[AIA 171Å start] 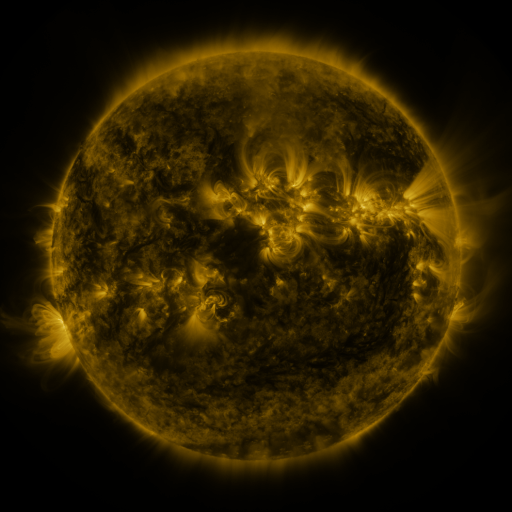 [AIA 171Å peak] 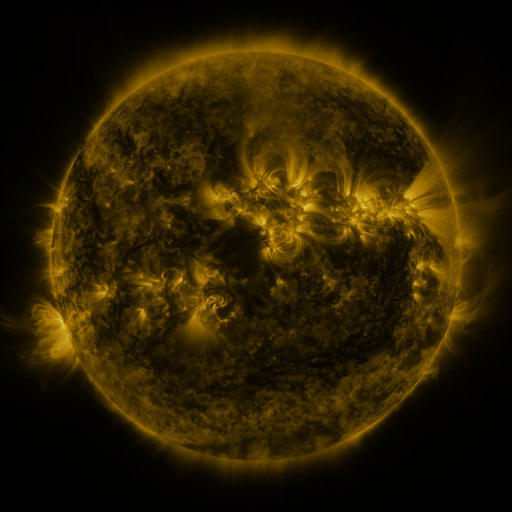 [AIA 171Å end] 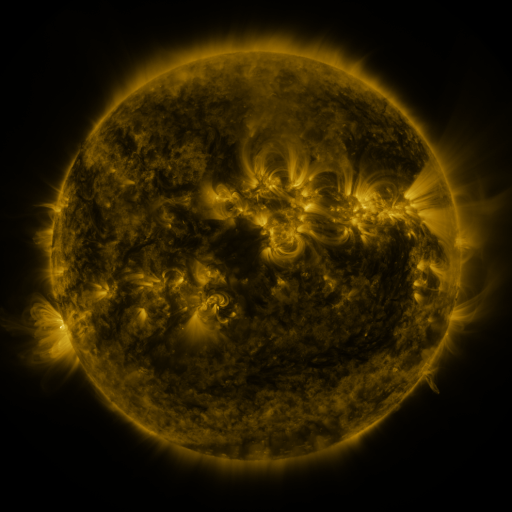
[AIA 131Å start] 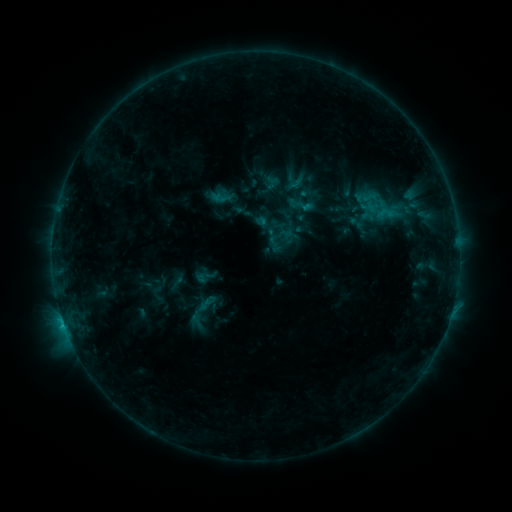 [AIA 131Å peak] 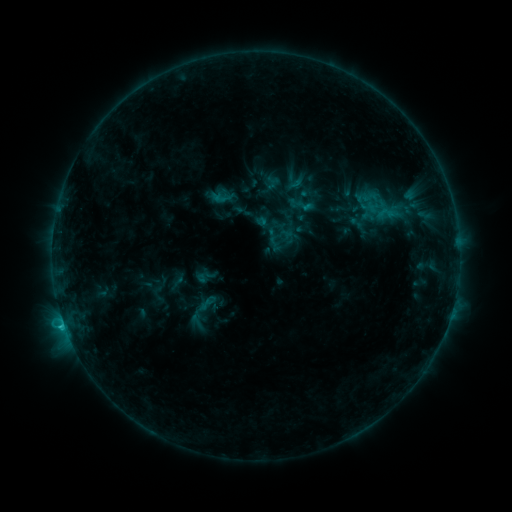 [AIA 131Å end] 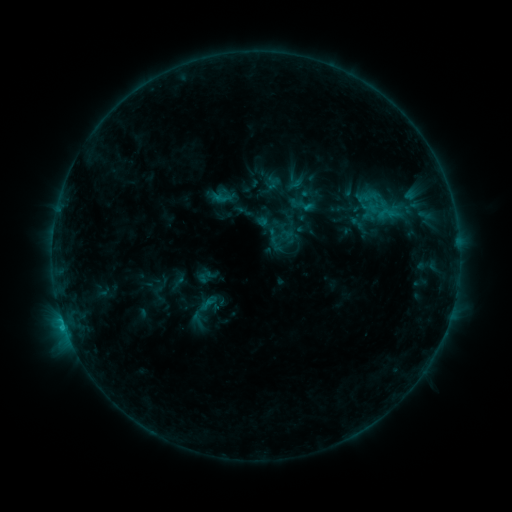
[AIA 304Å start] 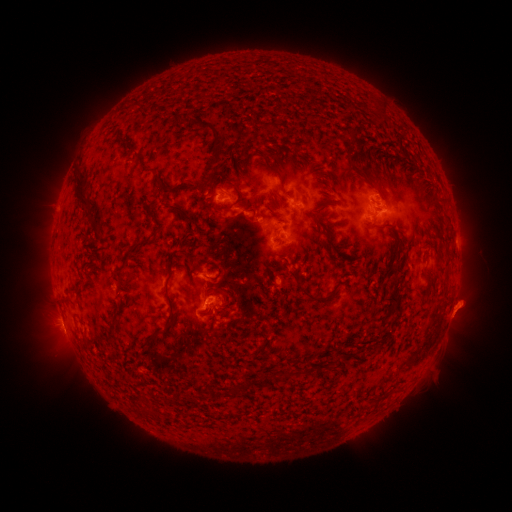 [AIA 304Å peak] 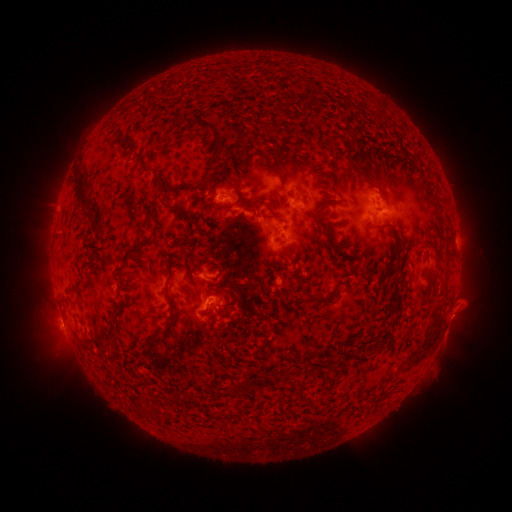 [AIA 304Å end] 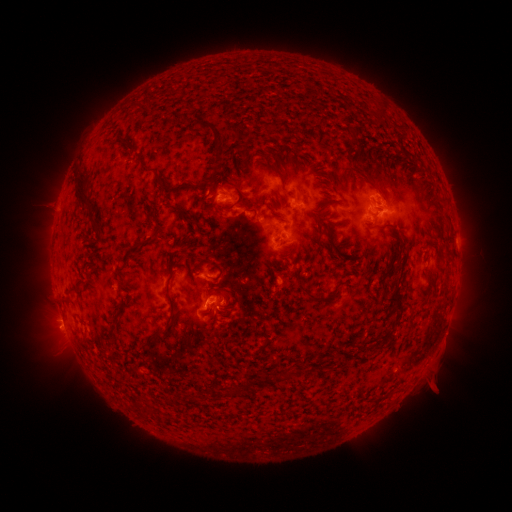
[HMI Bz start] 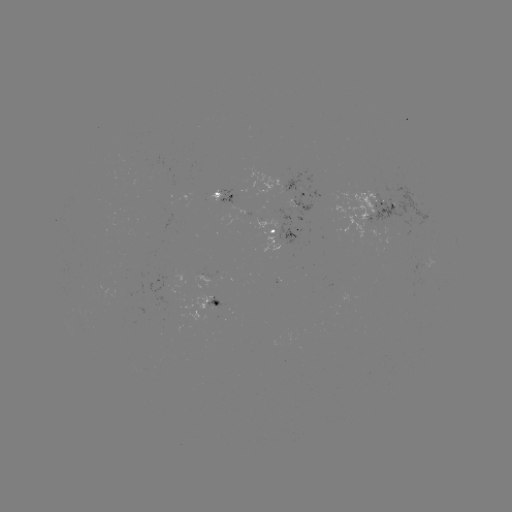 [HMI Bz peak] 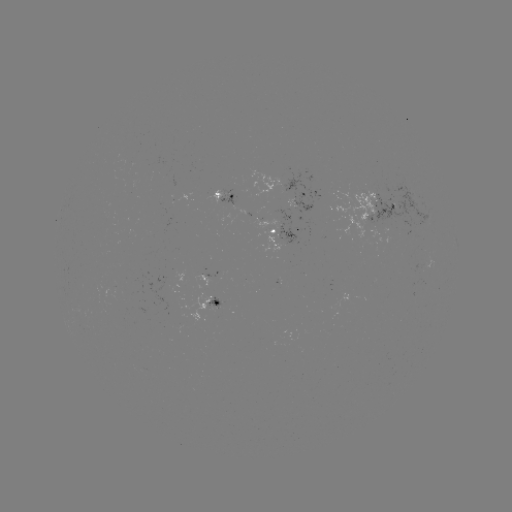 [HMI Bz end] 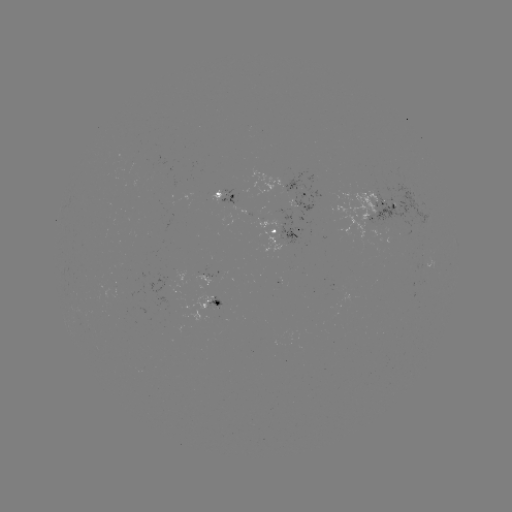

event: flare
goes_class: C1.2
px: (303, 208)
